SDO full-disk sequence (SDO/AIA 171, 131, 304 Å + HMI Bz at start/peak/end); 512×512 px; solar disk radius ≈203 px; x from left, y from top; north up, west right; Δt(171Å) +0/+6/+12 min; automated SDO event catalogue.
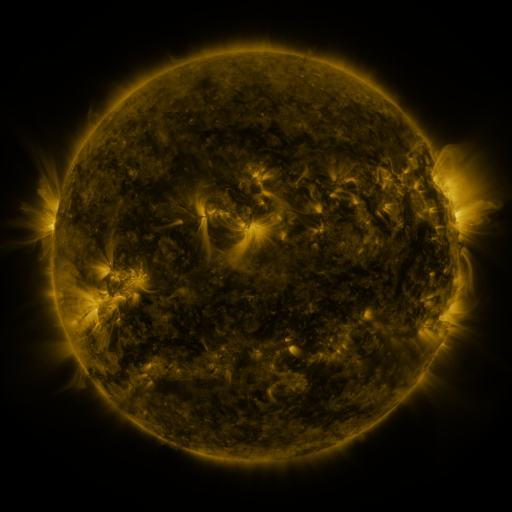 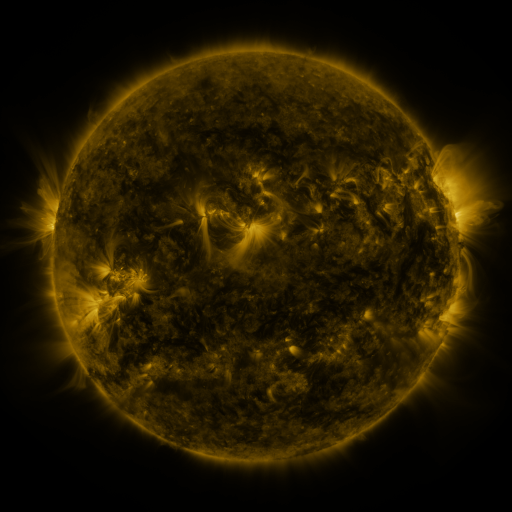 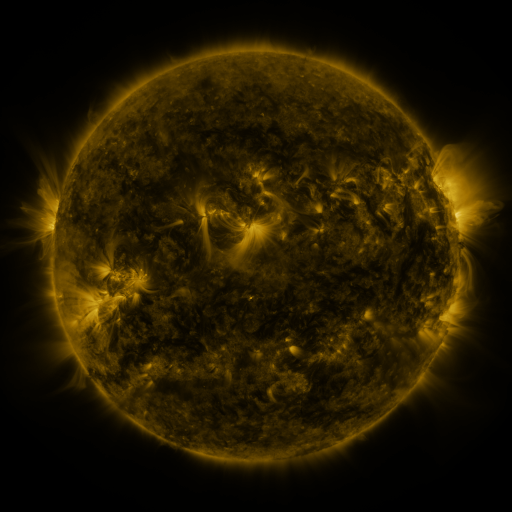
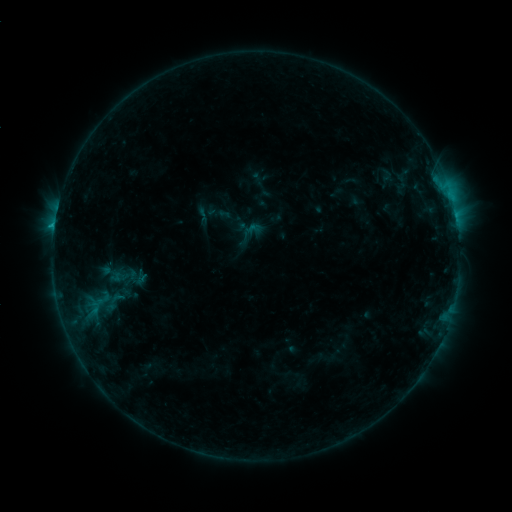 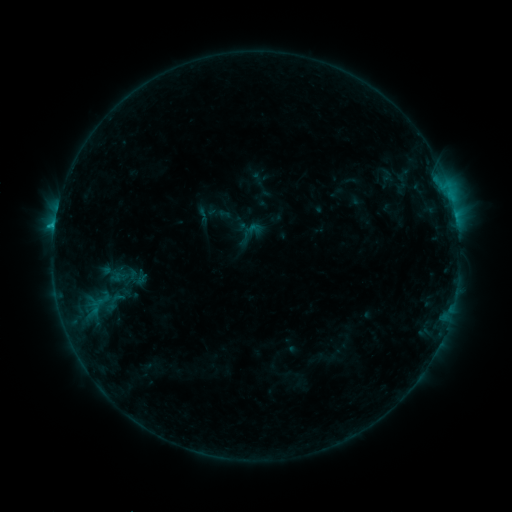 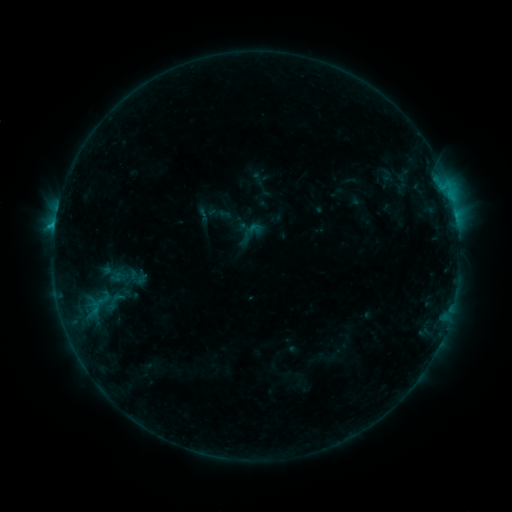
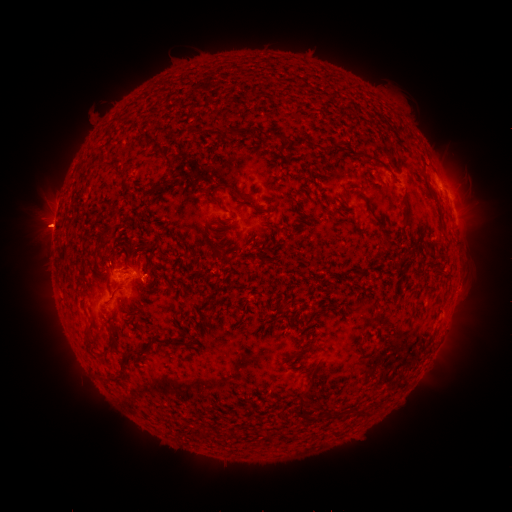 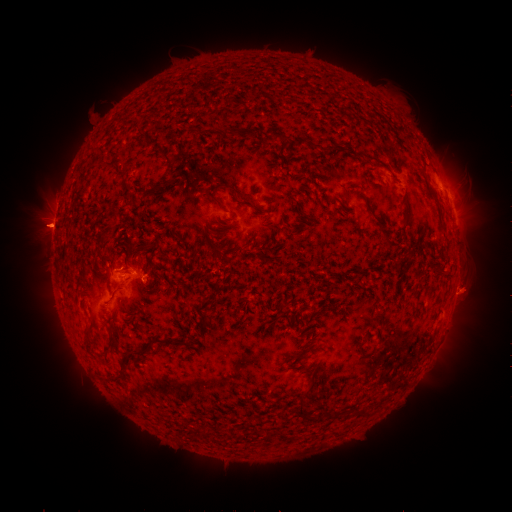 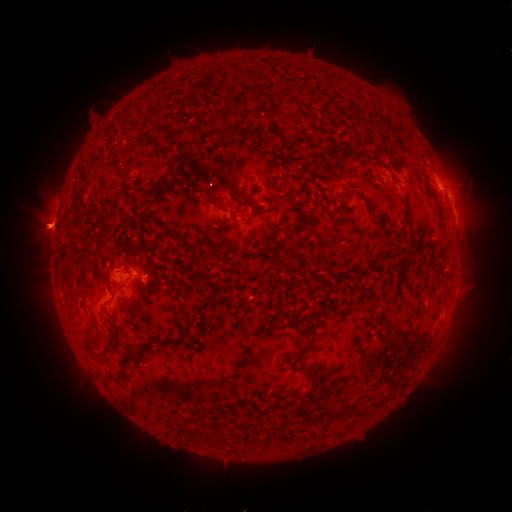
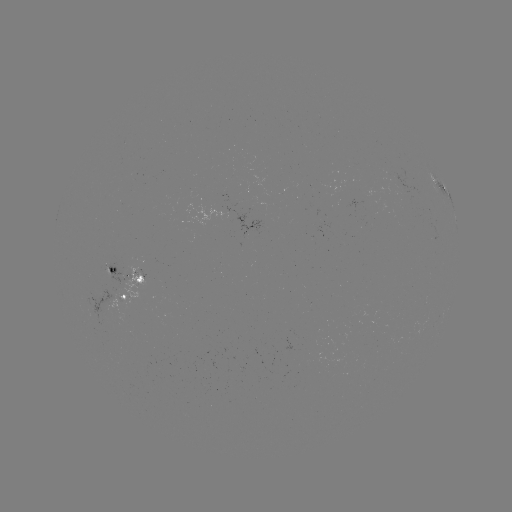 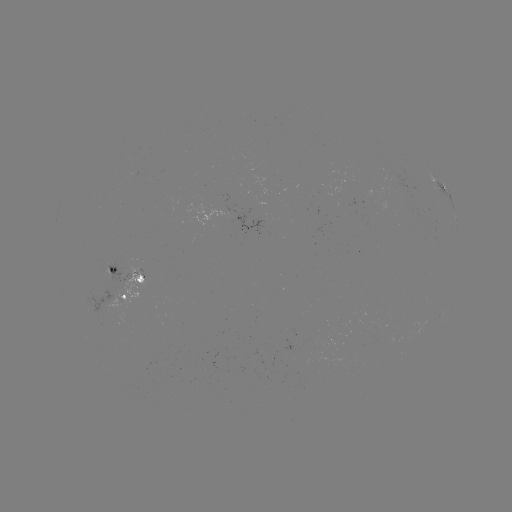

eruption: (440, 266, 495, 318)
